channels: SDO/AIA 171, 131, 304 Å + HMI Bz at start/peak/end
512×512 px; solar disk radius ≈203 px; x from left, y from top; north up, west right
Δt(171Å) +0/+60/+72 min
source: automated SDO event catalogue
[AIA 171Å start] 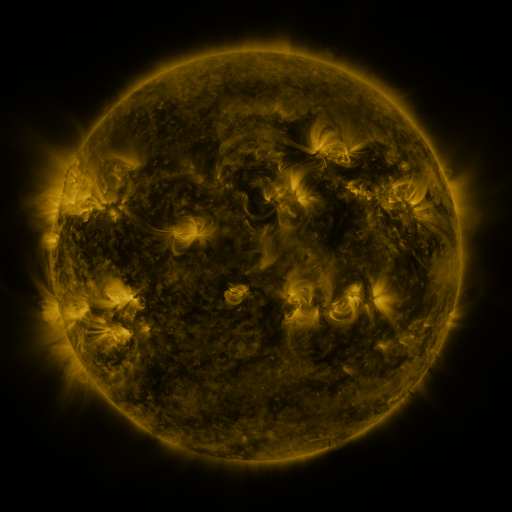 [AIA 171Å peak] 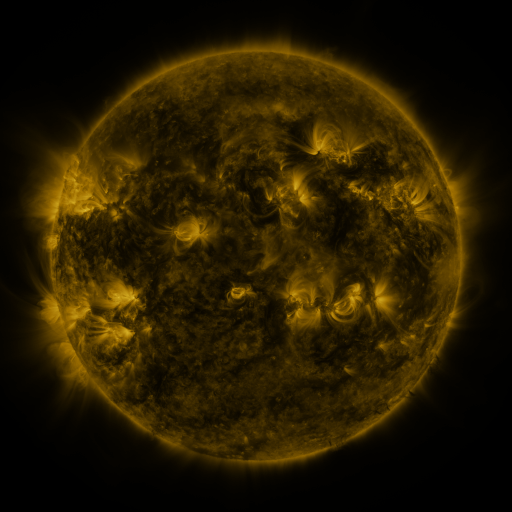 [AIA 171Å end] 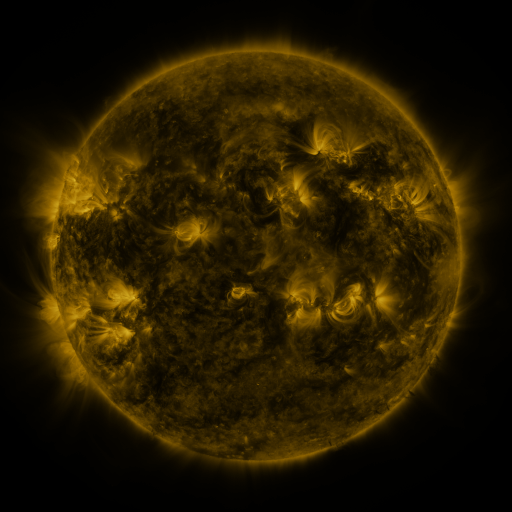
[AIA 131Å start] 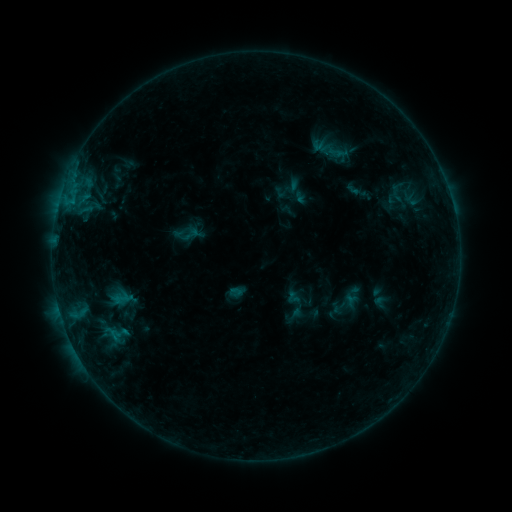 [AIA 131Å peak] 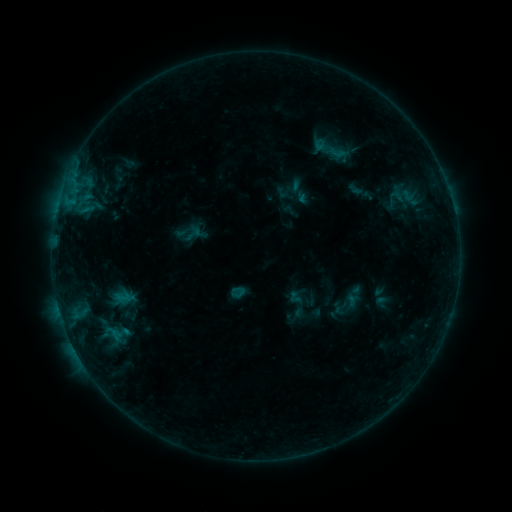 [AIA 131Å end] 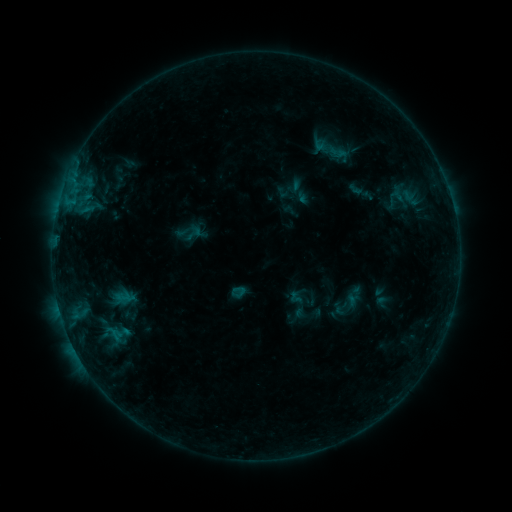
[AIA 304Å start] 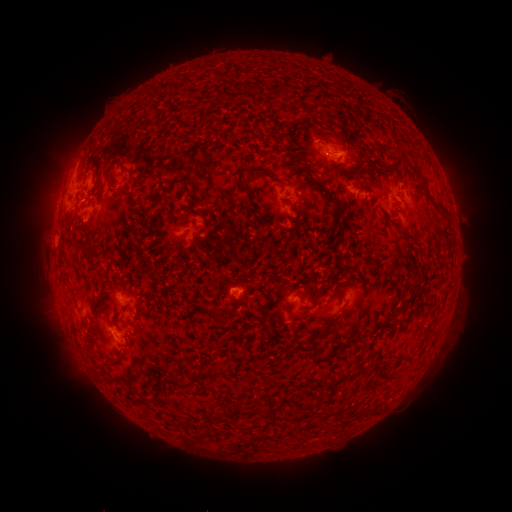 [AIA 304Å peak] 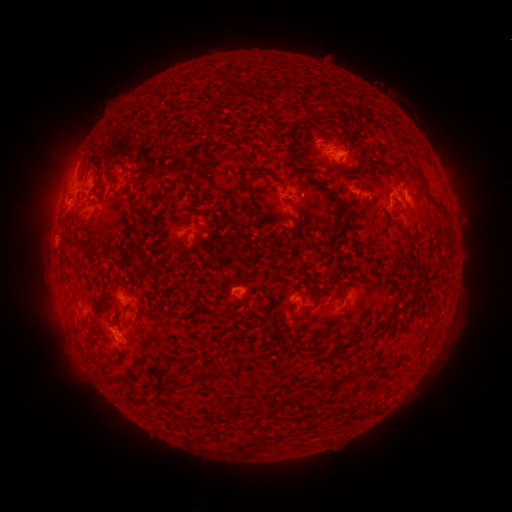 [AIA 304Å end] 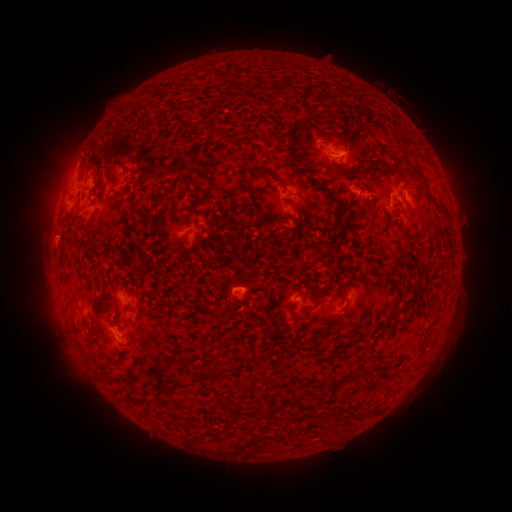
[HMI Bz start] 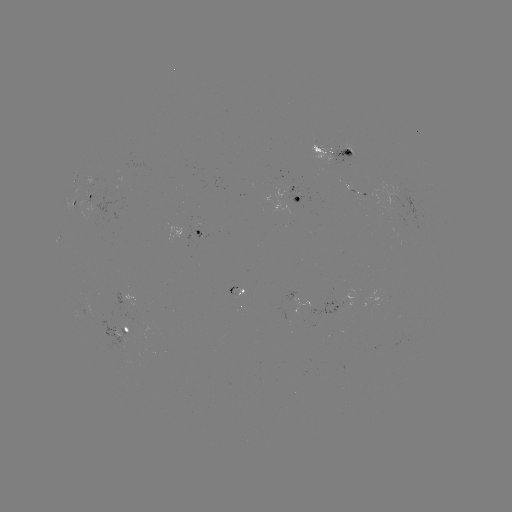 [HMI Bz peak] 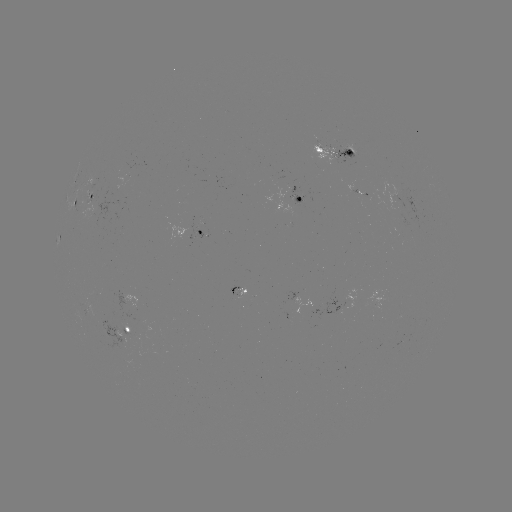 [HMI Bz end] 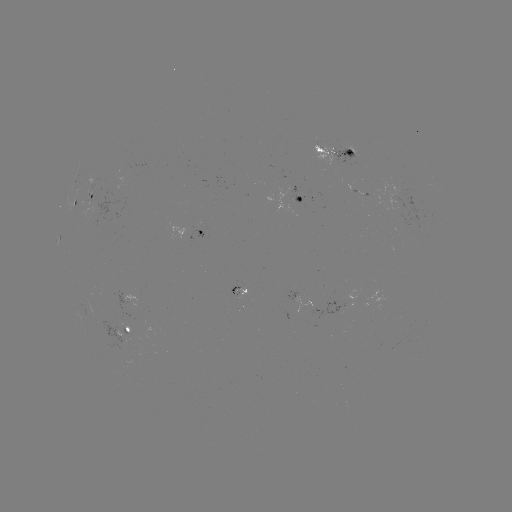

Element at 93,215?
emerging-flux region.